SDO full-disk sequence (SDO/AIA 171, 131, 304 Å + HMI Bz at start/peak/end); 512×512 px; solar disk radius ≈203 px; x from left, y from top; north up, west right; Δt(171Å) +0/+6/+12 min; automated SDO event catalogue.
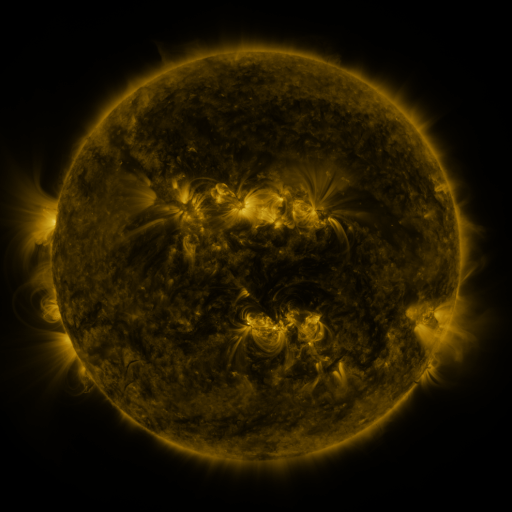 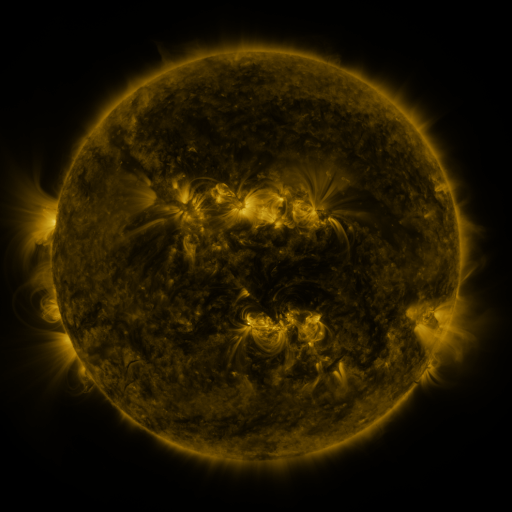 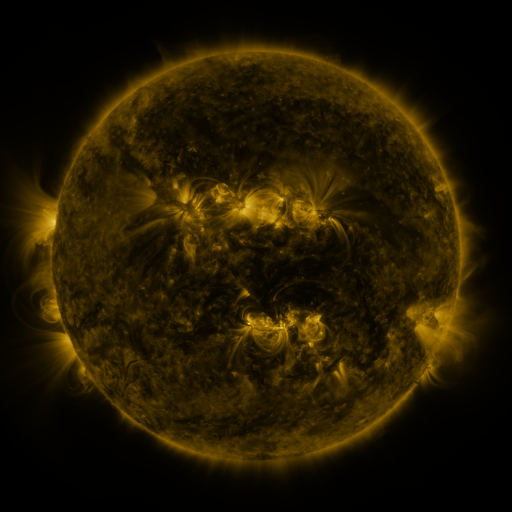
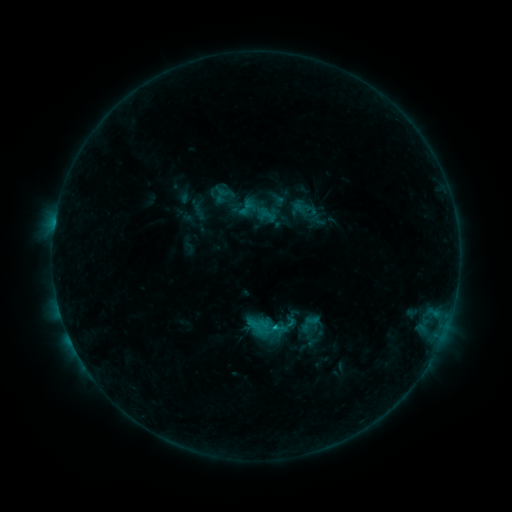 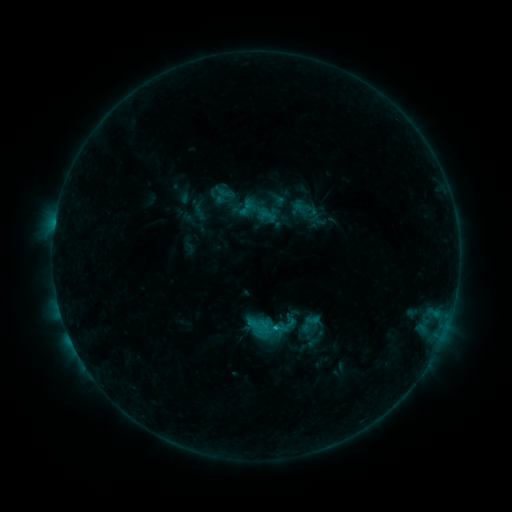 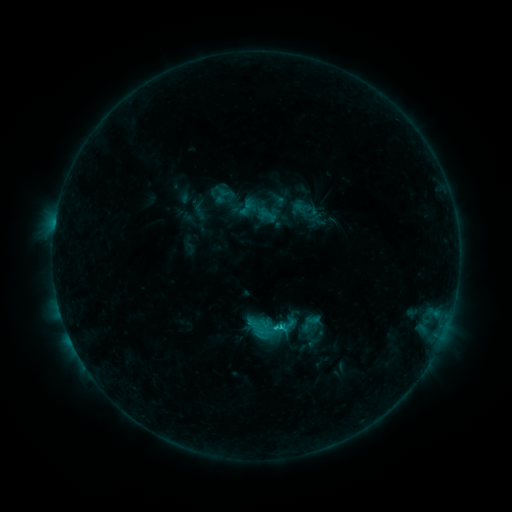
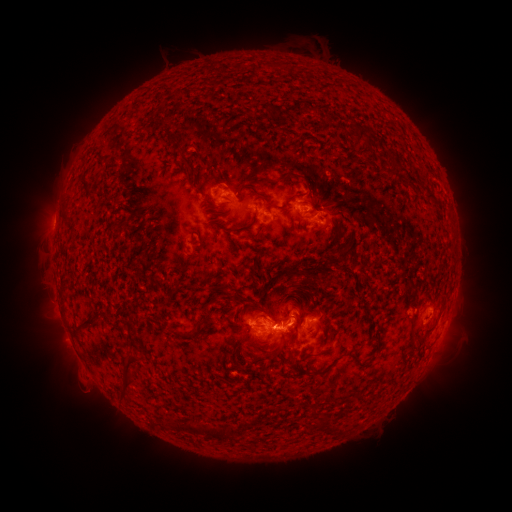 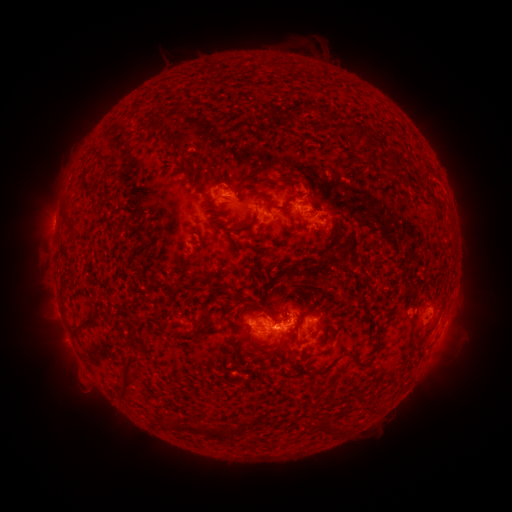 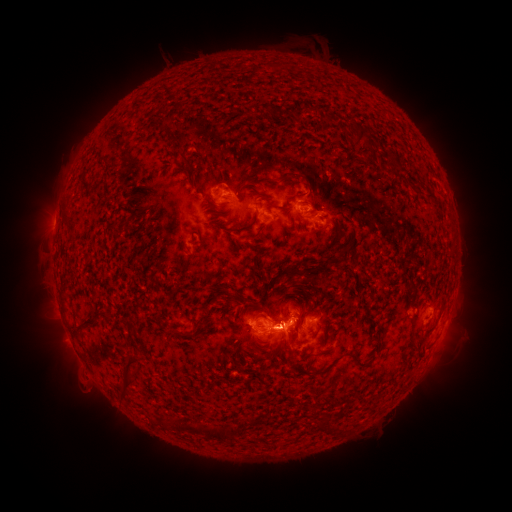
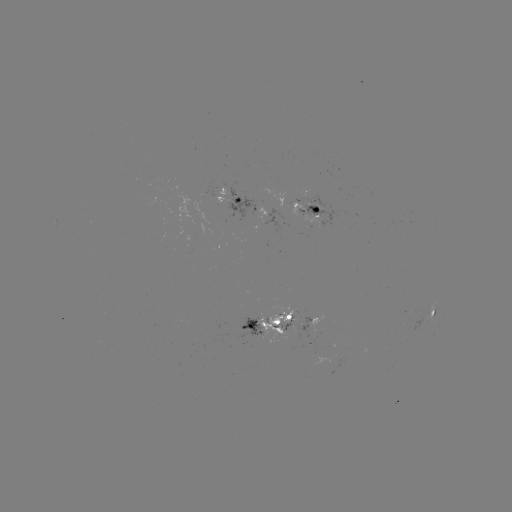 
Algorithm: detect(C2.0 flare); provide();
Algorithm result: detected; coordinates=[272, 329]